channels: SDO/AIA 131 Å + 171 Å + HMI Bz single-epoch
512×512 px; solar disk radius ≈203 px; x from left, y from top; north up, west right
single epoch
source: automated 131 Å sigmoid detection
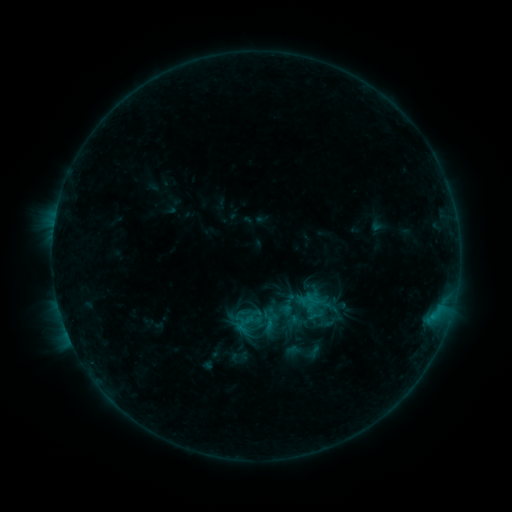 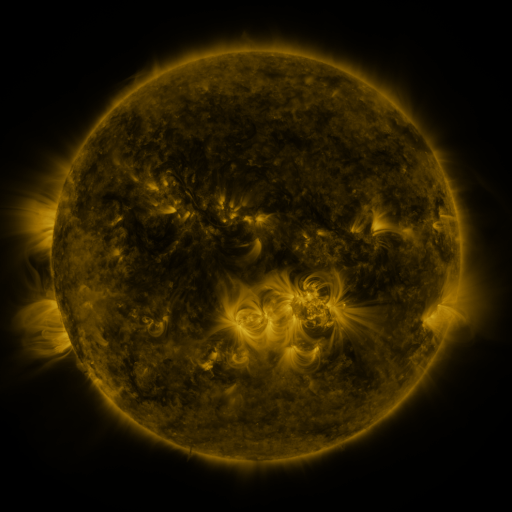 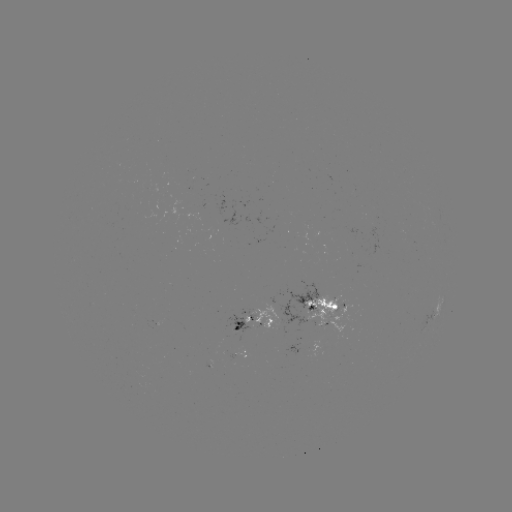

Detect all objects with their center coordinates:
sigmoid: (306, 299)
sigmoid: (268, 321)
